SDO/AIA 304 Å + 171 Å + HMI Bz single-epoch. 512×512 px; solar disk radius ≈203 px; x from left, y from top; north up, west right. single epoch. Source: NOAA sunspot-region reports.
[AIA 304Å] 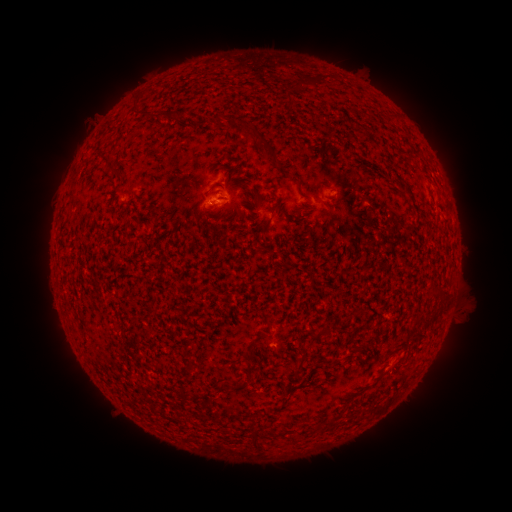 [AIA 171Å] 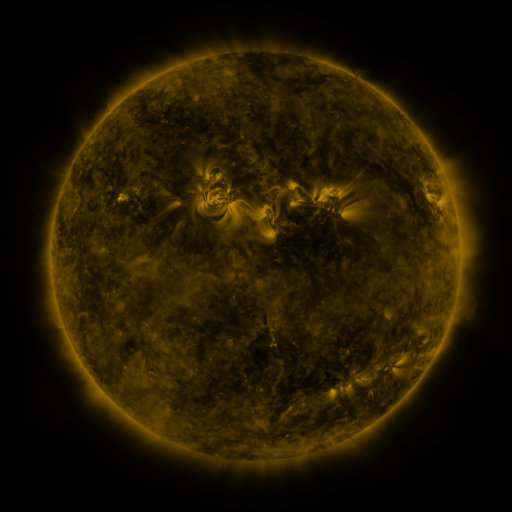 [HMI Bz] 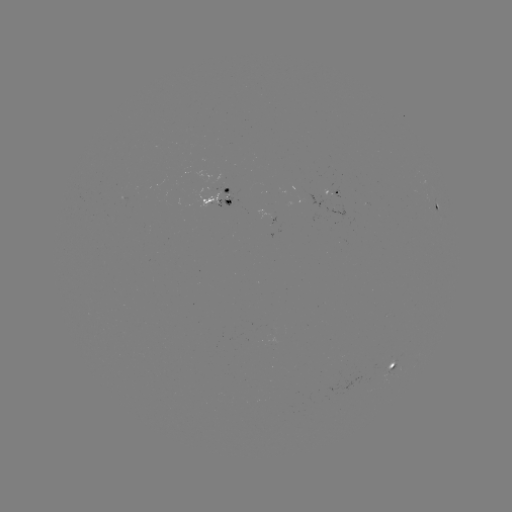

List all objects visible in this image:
spotted active region: (335, 194)
spotted active region: (216, 196)
spotted active region: (438, 206)
spotted active region: (393, 367)
